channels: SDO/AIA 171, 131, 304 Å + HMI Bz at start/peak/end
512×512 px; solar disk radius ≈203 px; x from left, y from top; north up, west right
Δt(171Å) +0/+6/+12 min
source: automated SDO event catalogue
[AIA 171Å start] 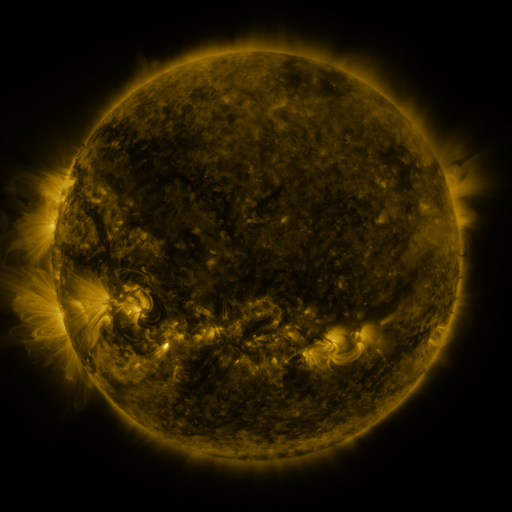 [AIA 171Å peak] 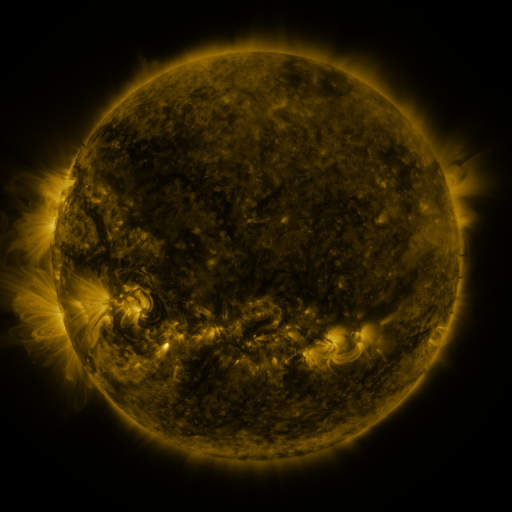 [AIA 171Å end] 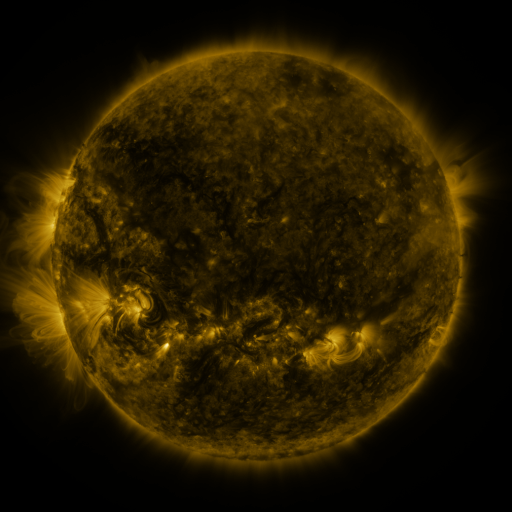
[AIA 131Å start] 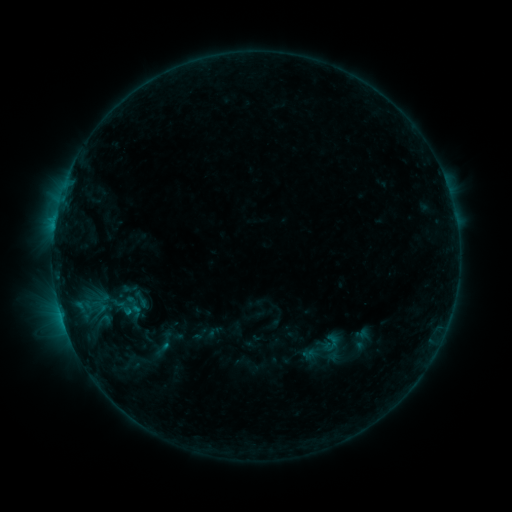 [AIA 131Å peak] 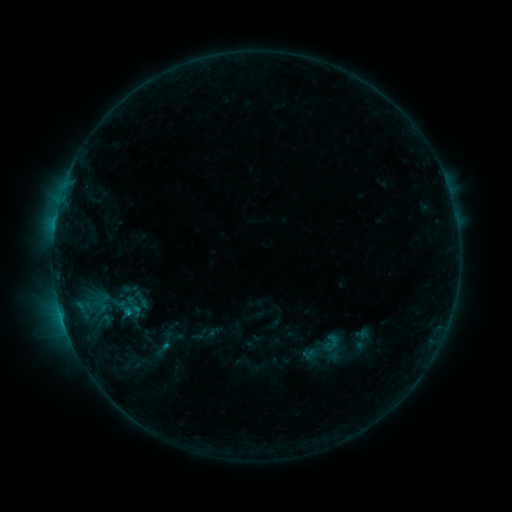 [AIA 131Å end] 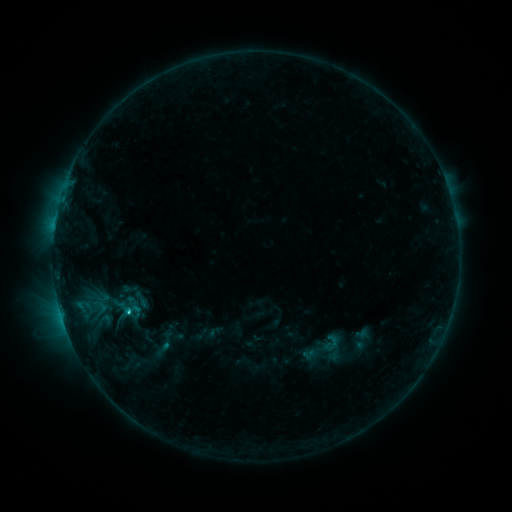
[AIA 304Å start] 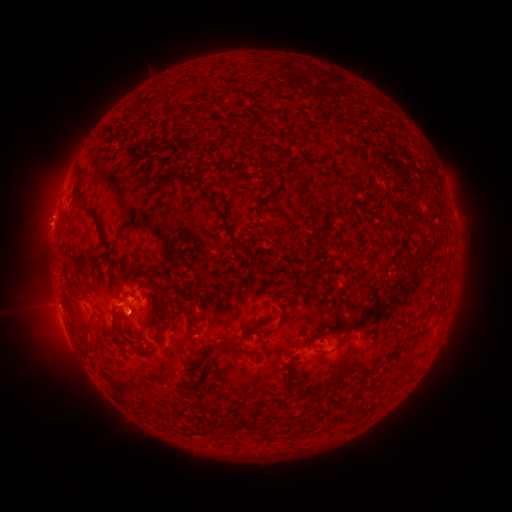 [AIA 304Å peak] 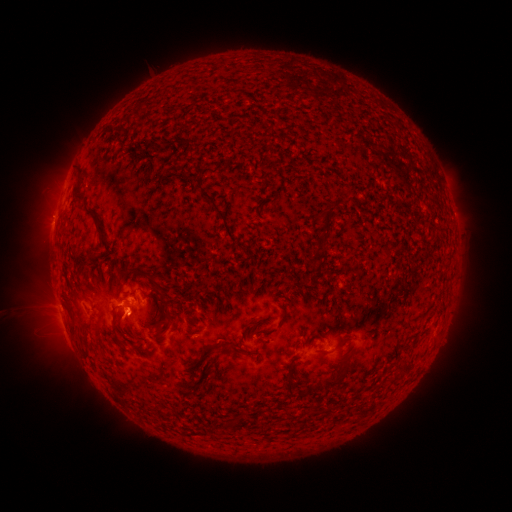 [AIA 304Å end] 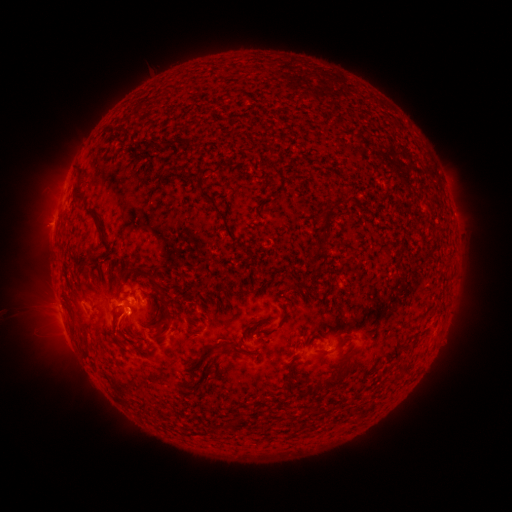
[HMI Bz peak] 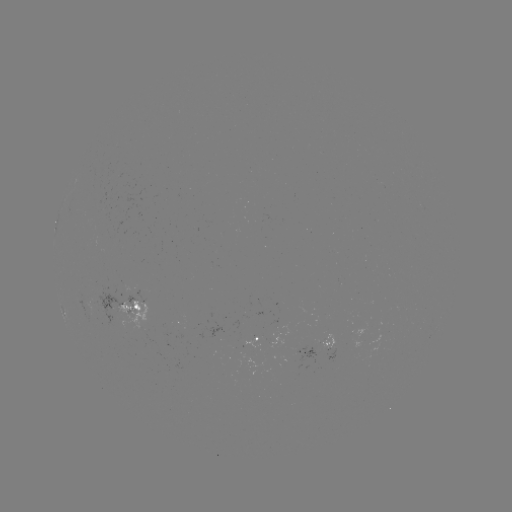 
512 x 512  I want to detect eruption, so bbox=[97, 295, 148, 349].